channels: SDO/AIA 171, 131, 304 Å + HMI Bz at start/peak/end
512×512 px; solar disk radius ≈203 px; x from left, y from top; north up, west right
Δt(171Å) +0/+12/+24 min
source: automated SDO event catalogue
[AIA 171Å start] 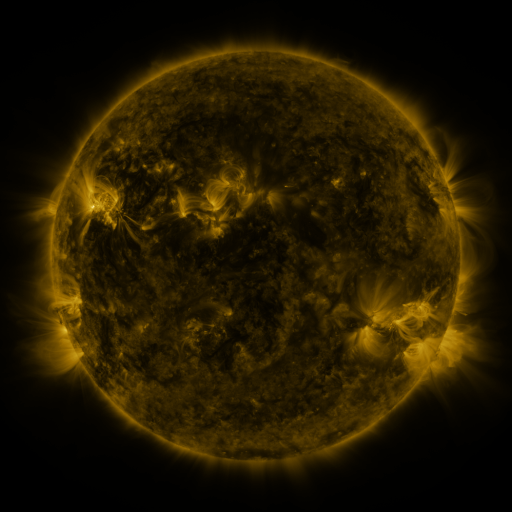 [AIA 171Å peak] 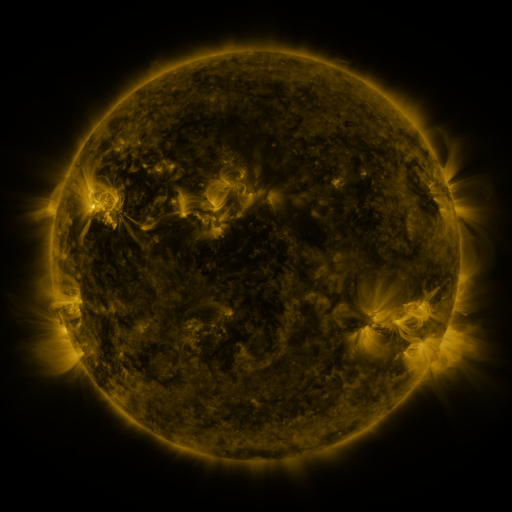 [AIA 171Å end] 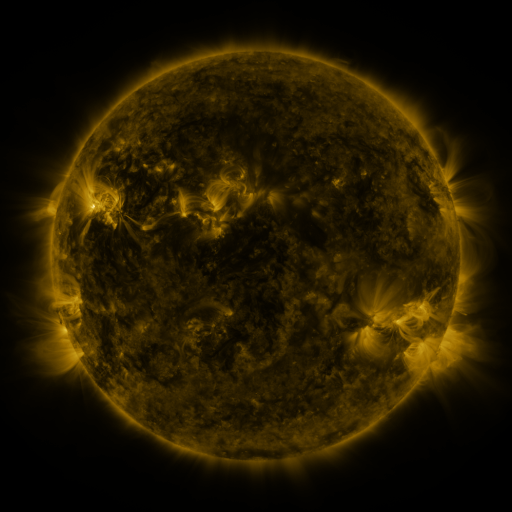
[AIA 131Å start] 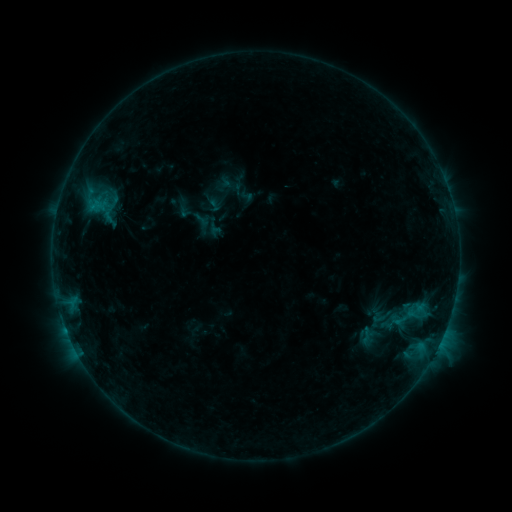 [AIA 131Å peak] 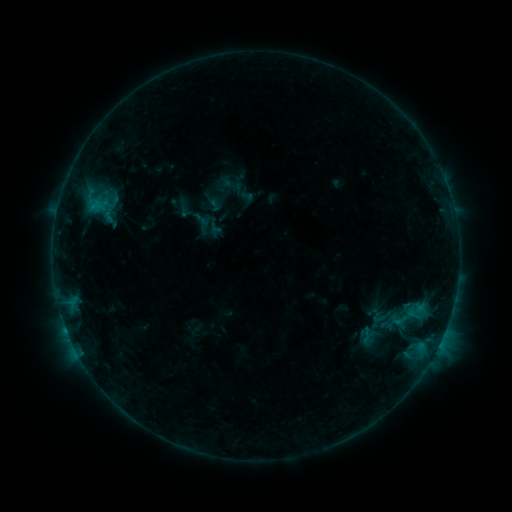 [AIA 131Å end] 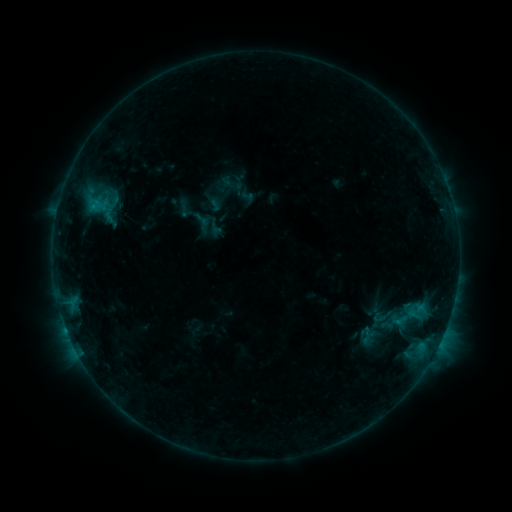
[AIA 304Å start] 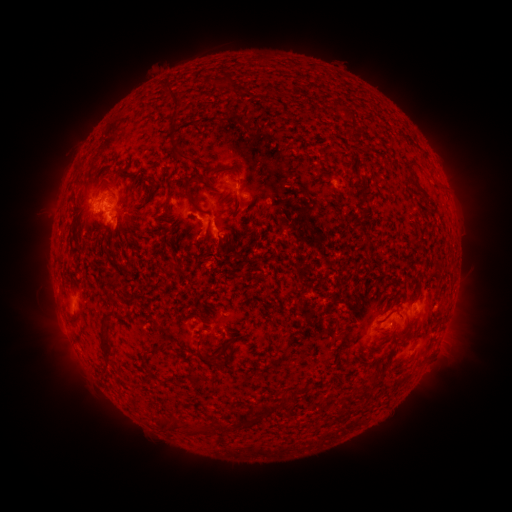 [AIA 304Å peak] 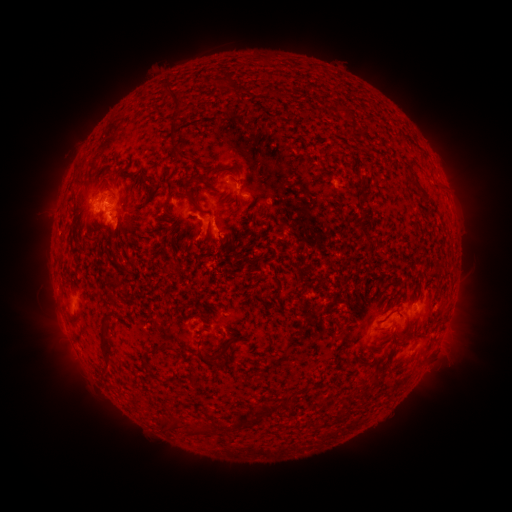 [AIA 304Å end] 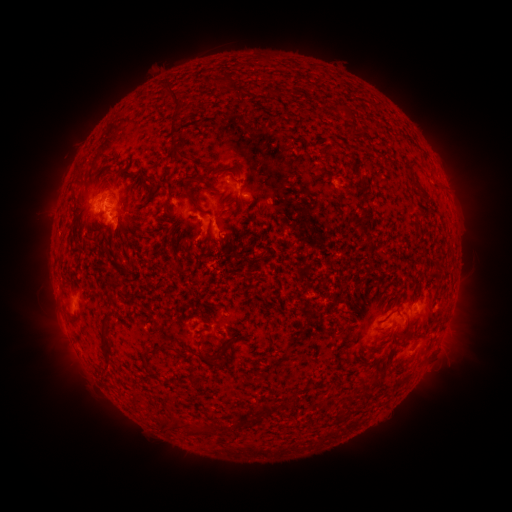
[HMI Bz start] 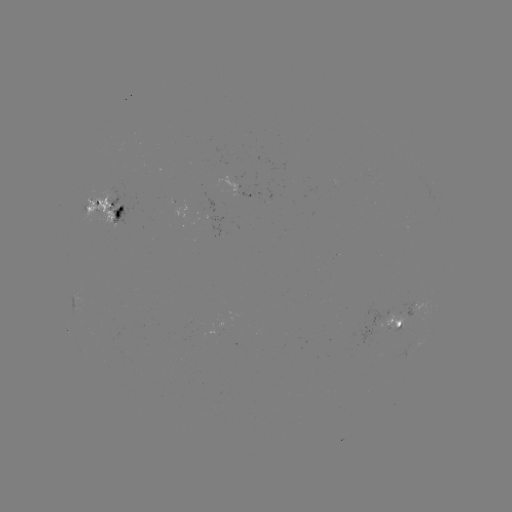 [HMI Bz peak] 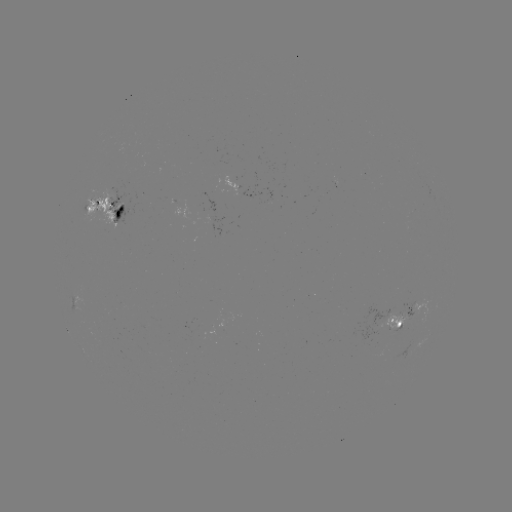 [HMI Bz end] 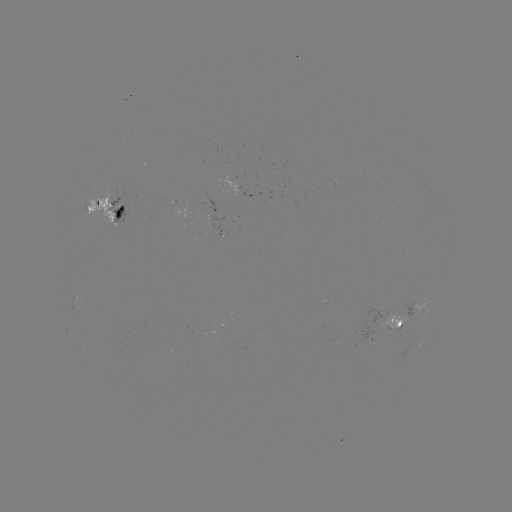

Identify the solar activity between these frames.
nothing was catalogued: no classed flare, no EUV trigger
